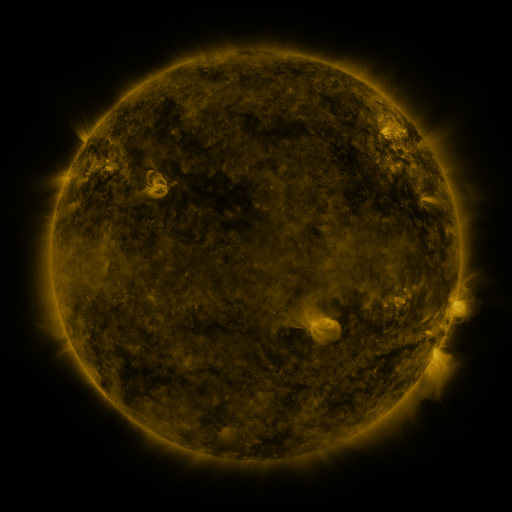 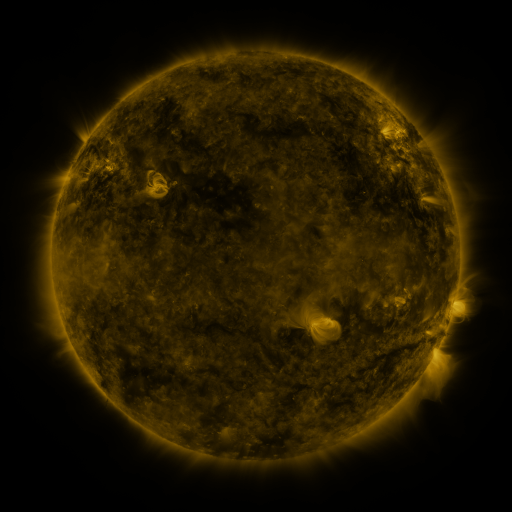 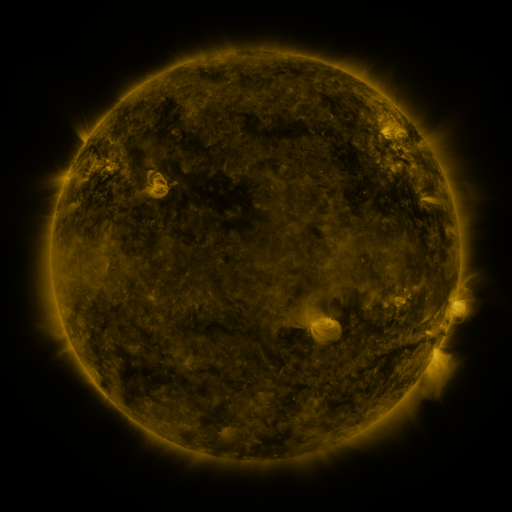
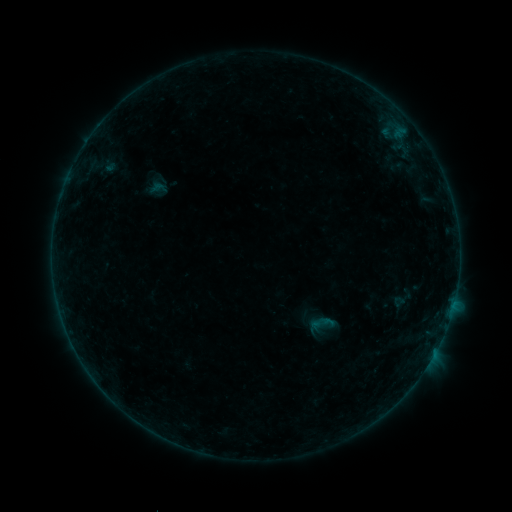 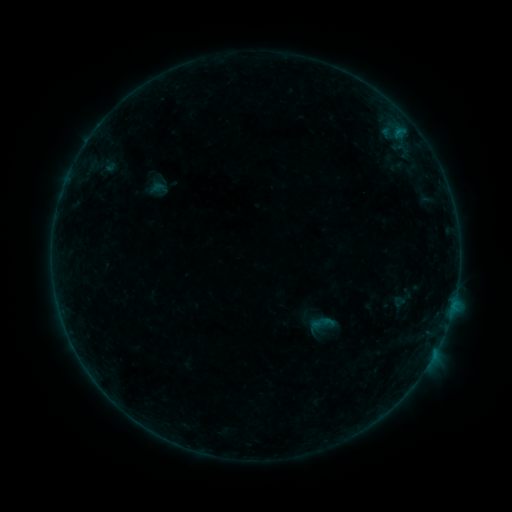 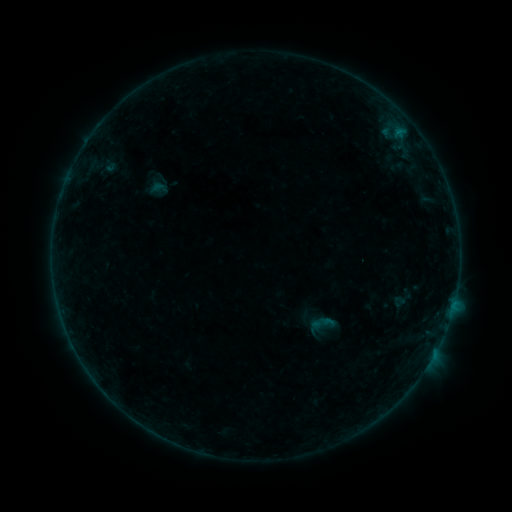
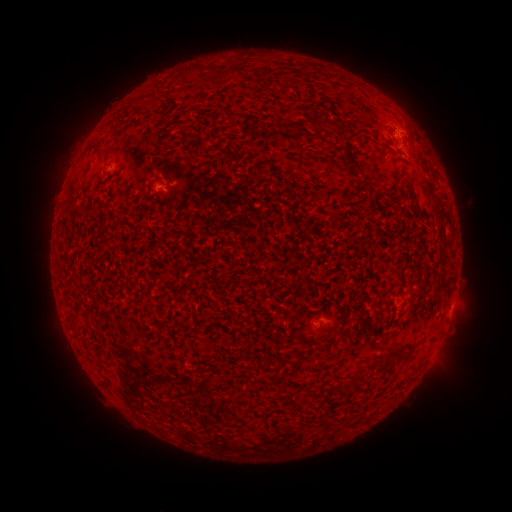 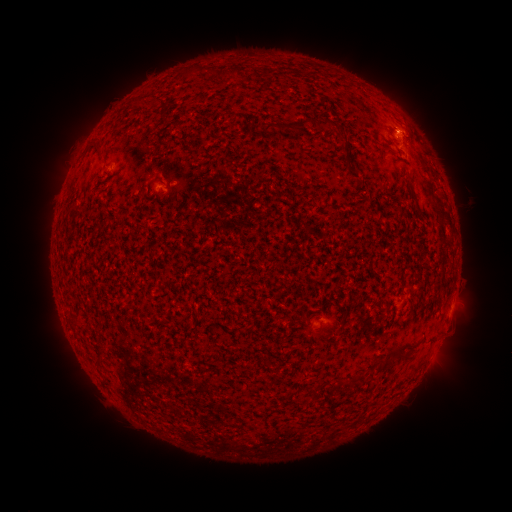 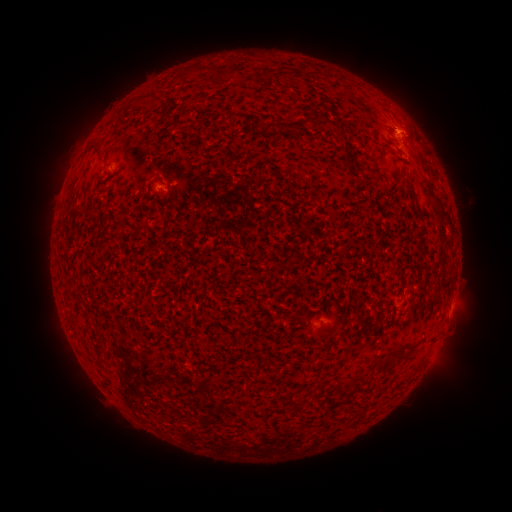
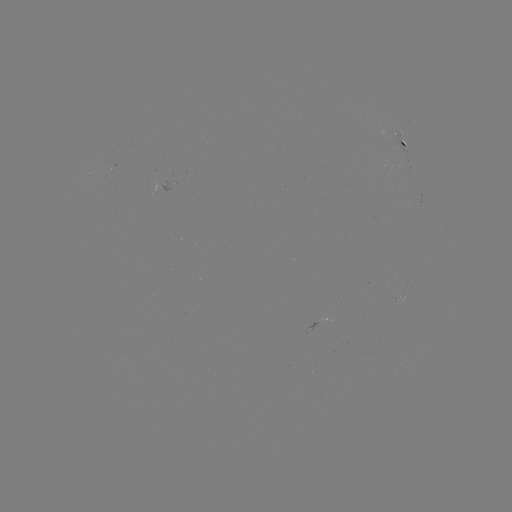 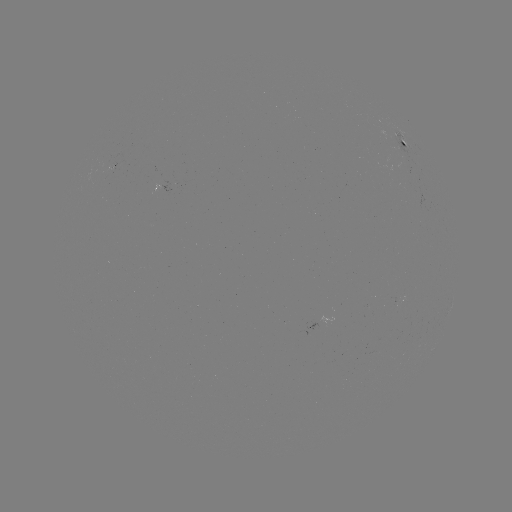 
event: flare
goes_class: B1.7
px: (398, 133)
